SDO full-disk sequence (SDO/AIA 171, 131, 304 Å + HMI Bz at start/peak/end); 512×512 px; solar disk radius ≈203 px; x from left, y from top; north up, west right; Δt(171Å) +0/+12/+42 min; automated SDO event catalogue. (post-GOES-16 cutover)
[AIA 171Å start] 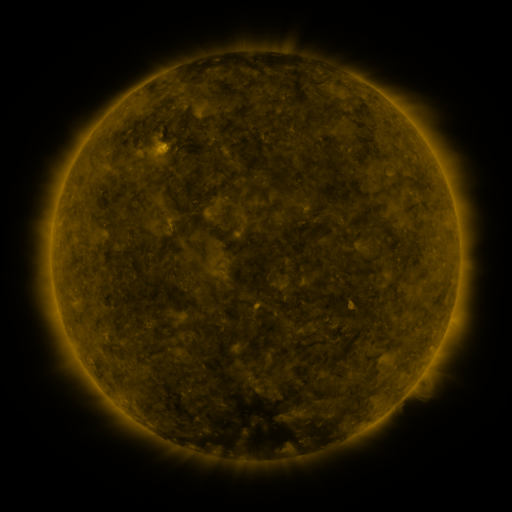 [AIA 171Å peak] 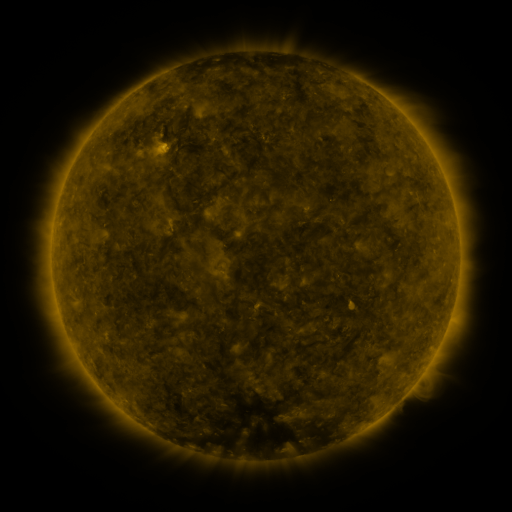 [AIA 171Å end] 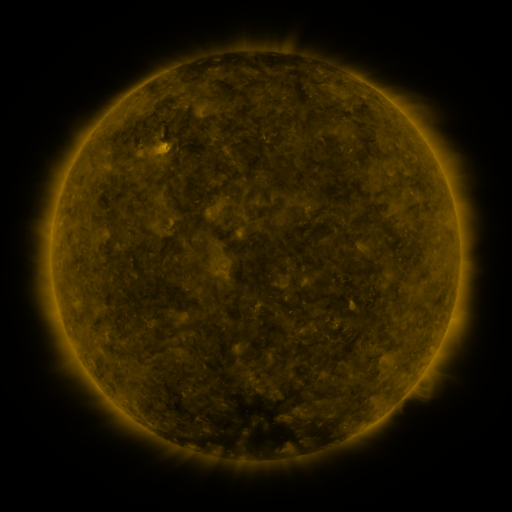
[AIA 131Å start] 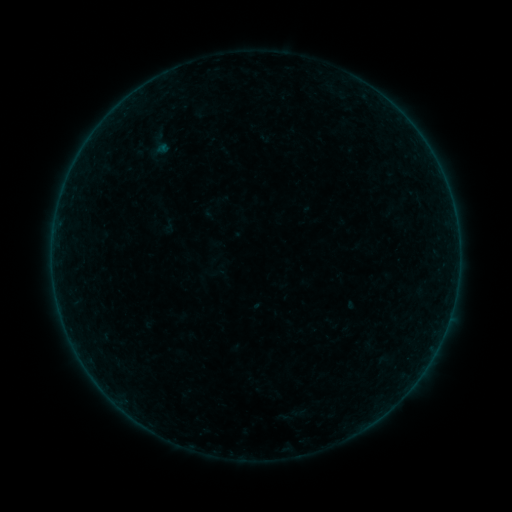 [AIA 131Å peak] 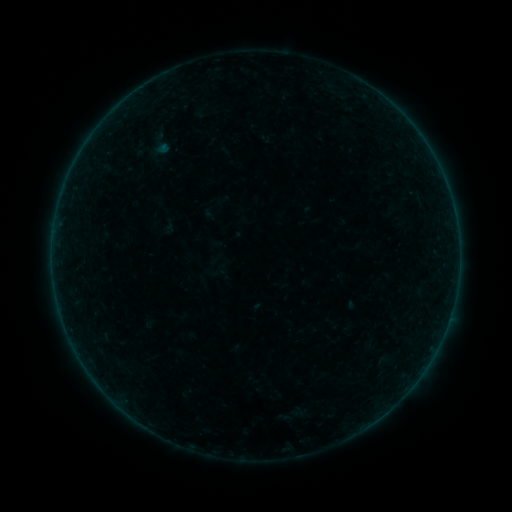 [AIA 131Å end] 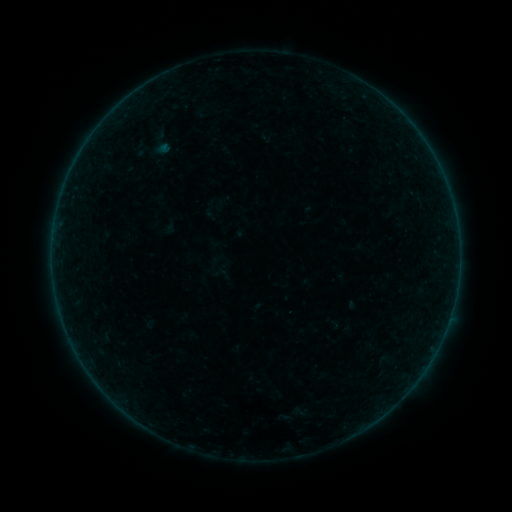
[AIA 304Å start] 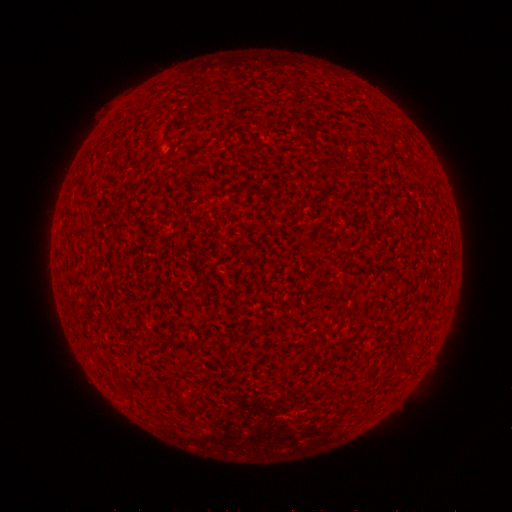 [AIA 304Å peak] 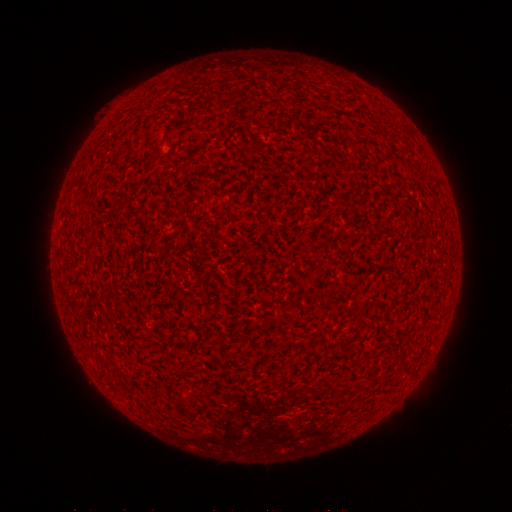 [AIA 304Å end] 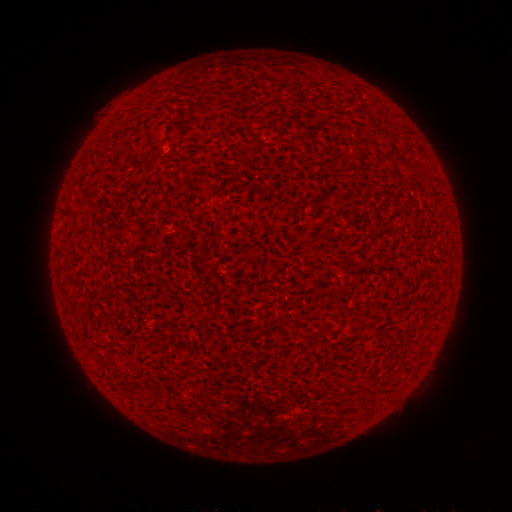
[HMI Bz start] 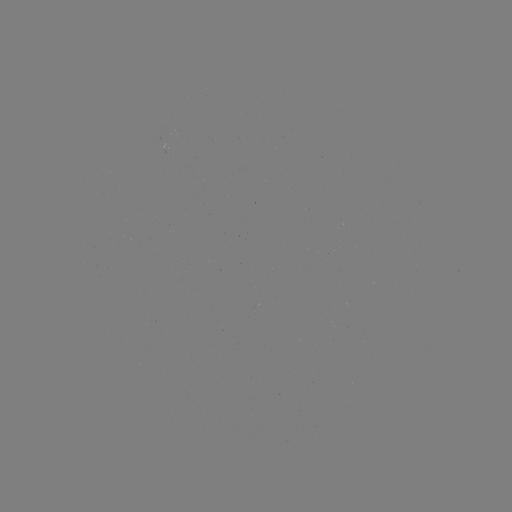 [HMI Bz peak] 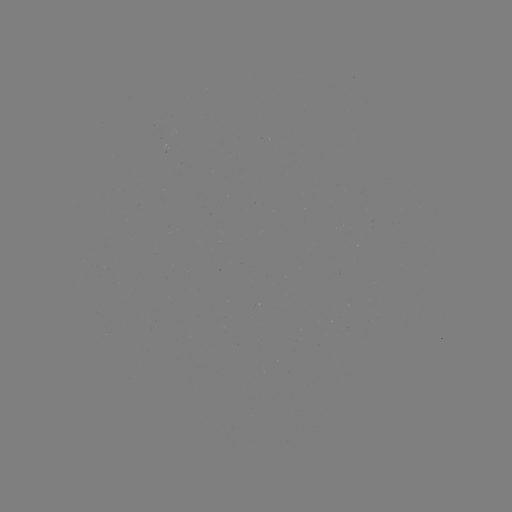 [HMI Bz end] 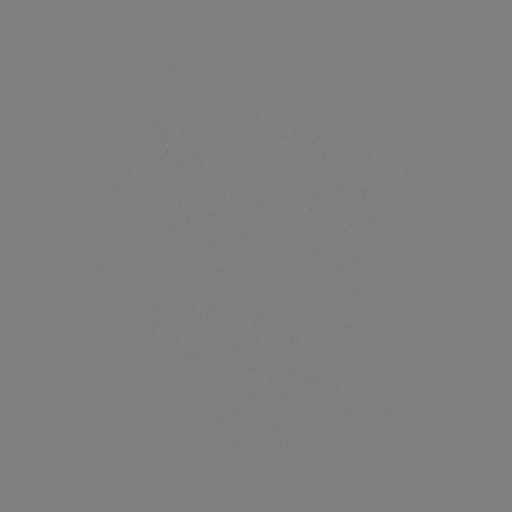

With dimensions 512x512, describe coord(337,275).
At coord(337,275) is A1.3 flare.